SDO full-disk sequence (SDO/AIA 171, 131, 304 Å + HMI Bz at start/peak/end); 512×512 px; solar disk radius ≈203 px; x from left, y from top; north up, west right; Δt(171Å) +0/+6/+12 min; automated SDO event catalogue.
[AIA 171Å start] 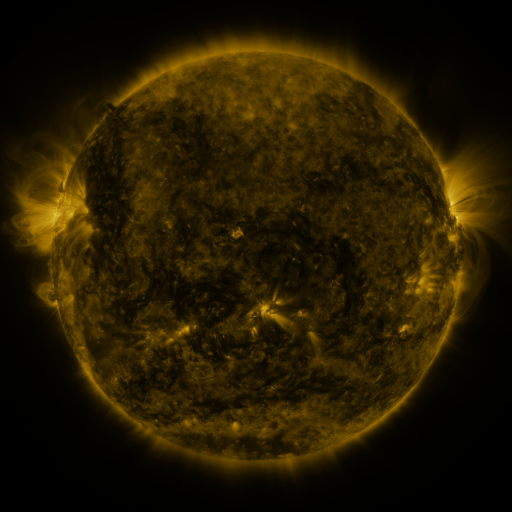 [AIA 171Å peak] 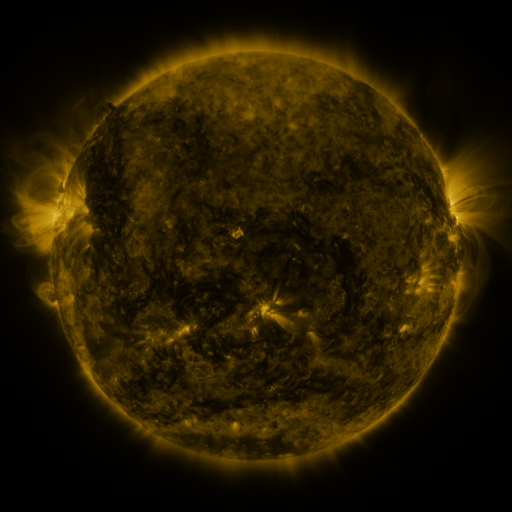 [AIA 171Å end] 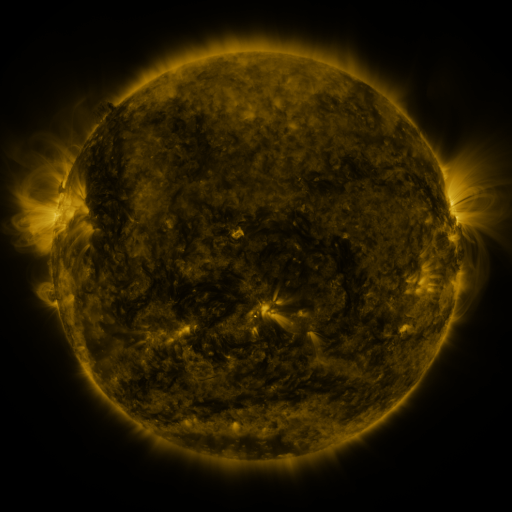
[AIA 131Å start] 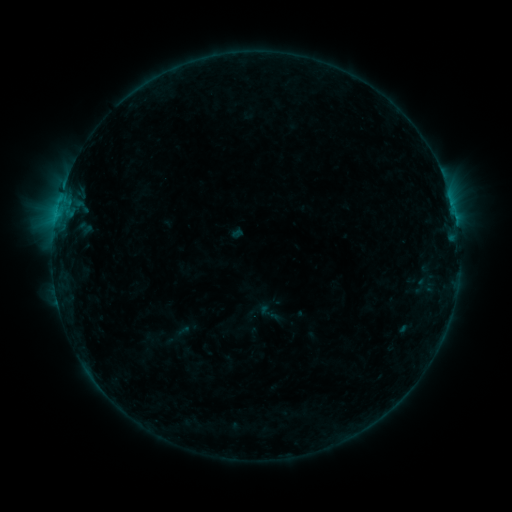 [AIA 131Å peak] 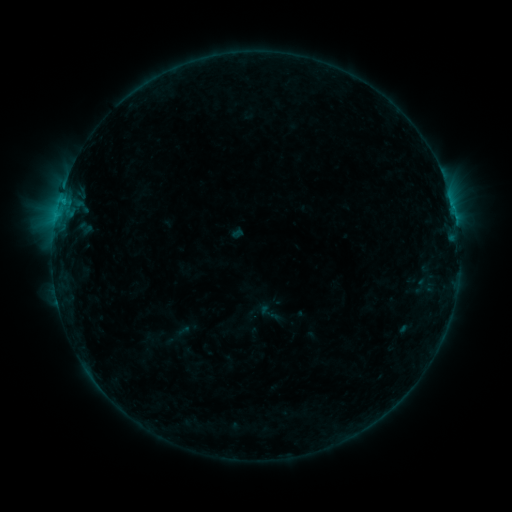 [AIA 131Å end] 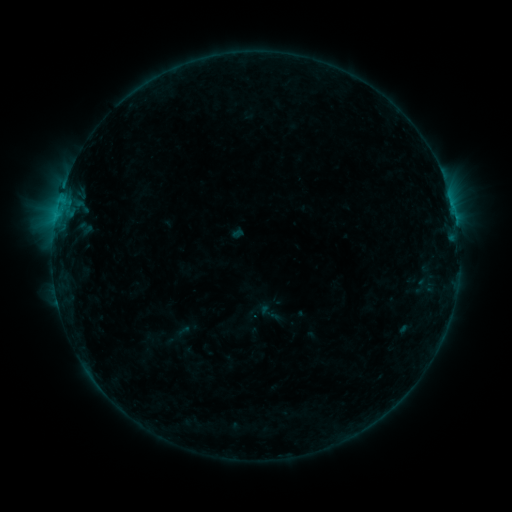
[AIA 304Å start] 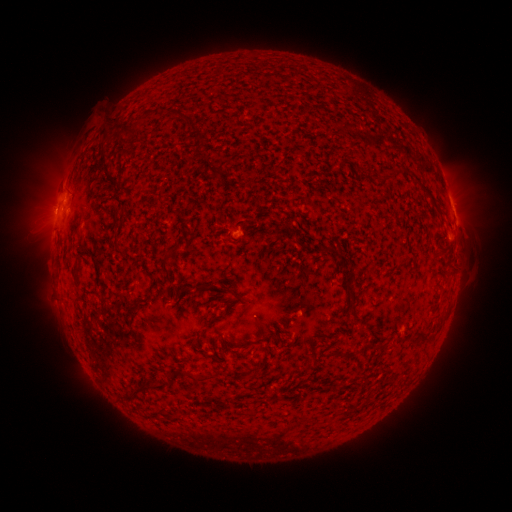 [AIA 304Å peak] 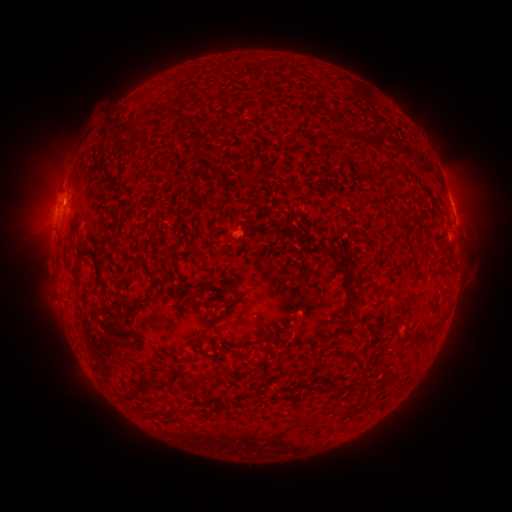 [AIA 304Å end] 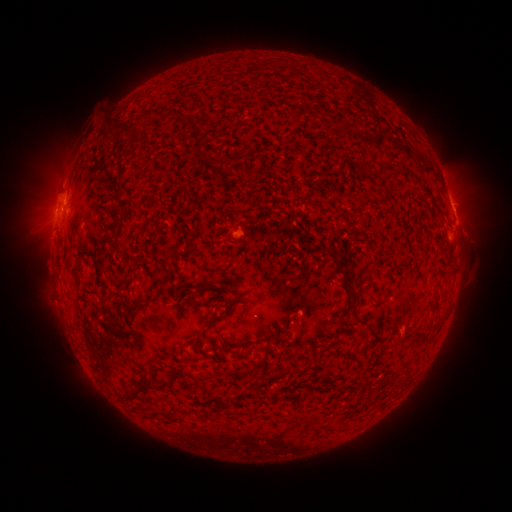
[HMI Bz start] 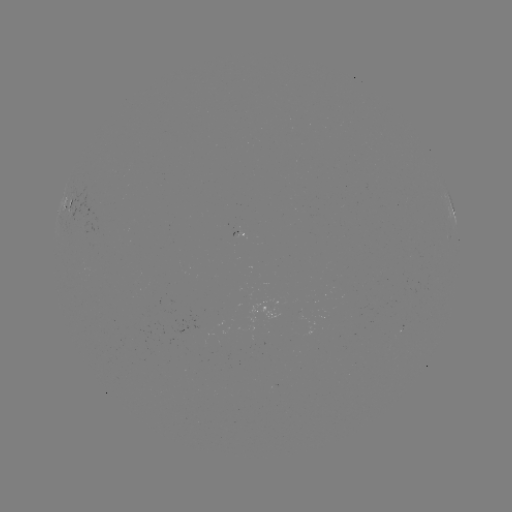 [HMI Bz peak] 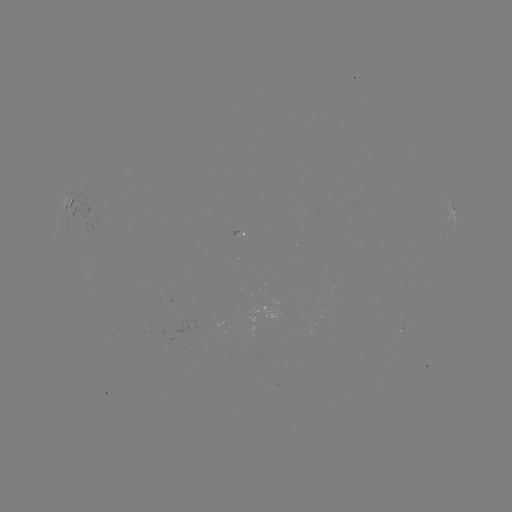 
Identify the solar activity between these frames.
B6.8 flare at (63, 205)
